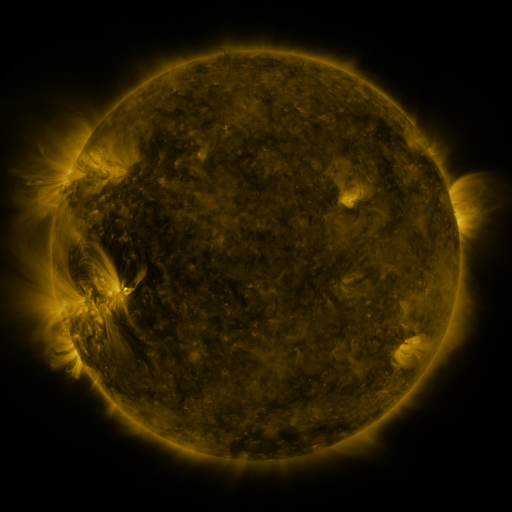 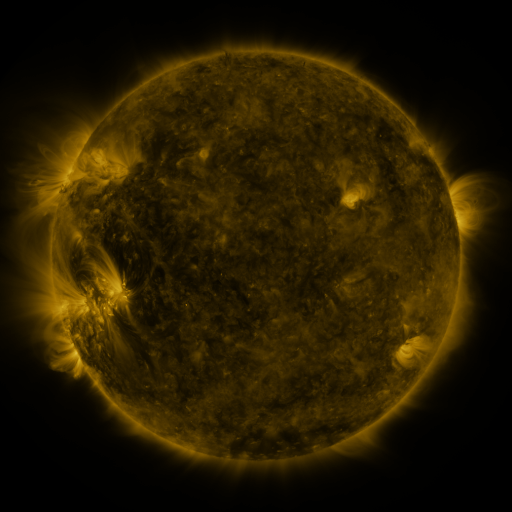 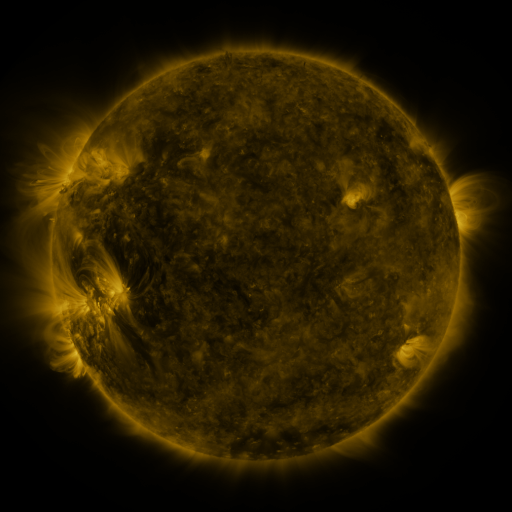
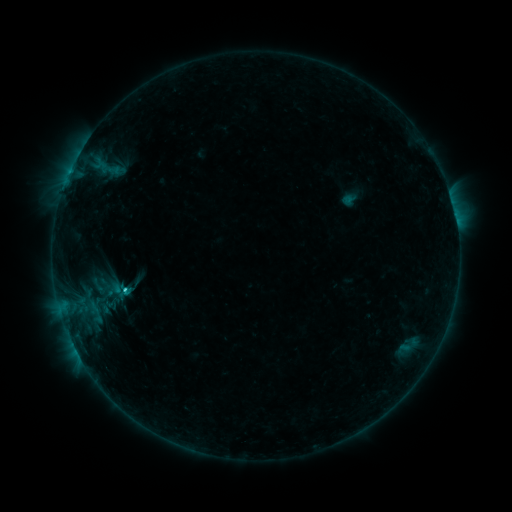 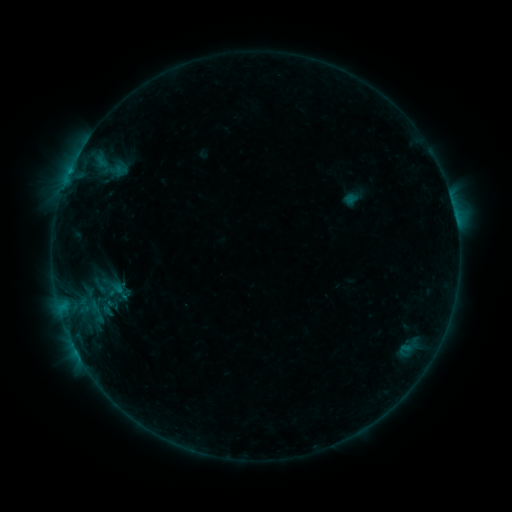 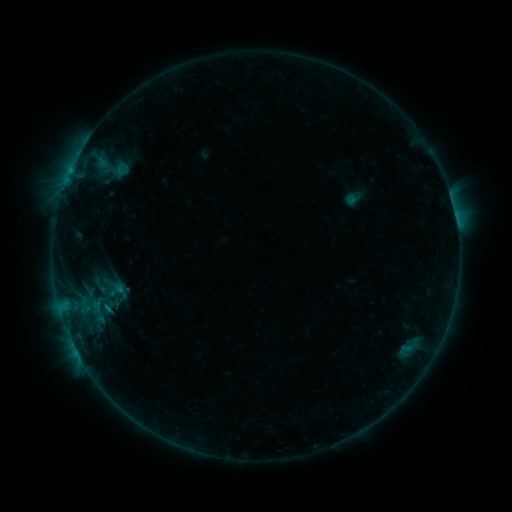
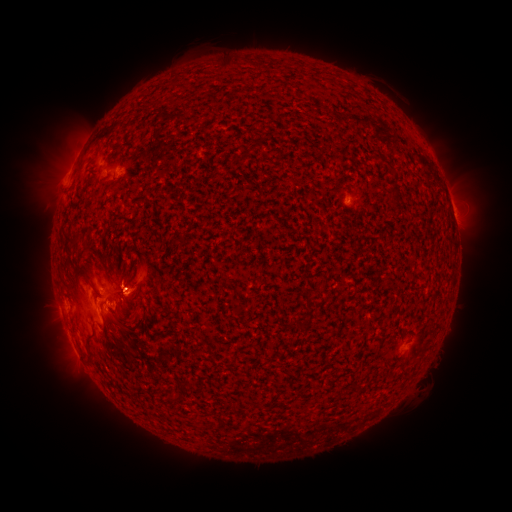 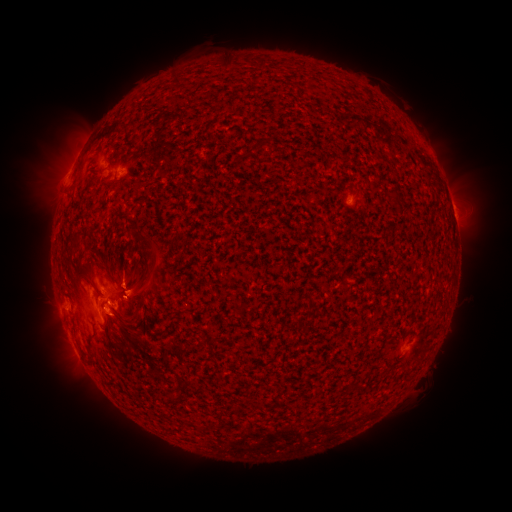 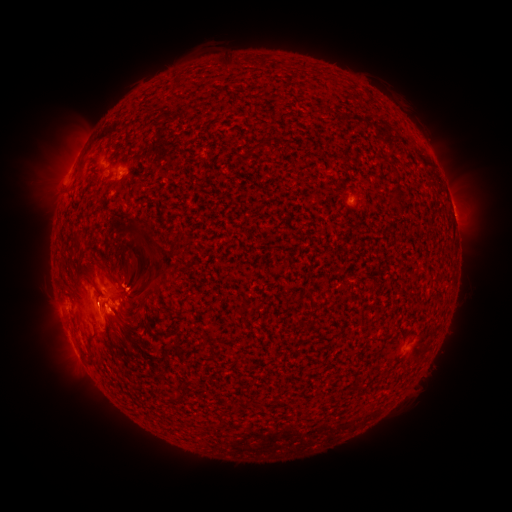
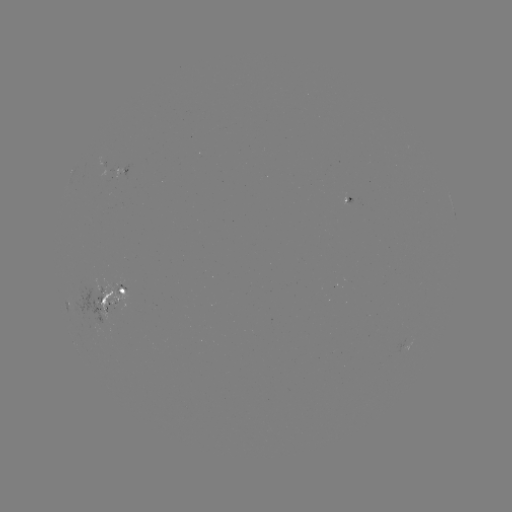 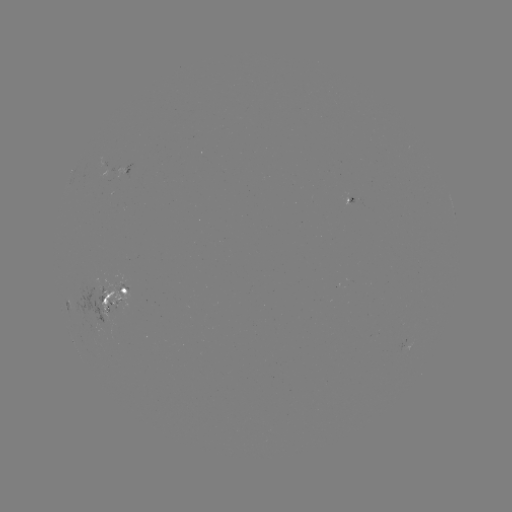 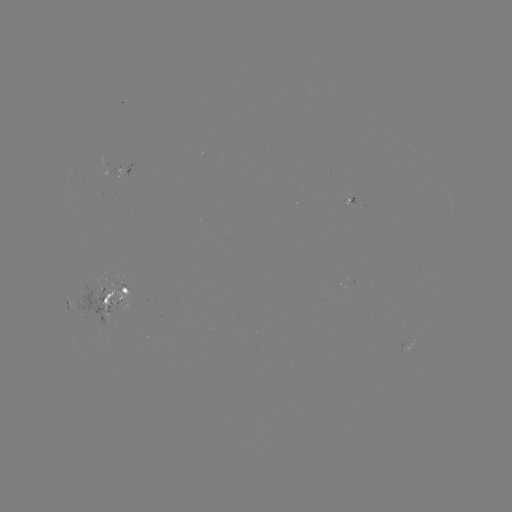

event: emerging-flux region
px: (349, 197)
